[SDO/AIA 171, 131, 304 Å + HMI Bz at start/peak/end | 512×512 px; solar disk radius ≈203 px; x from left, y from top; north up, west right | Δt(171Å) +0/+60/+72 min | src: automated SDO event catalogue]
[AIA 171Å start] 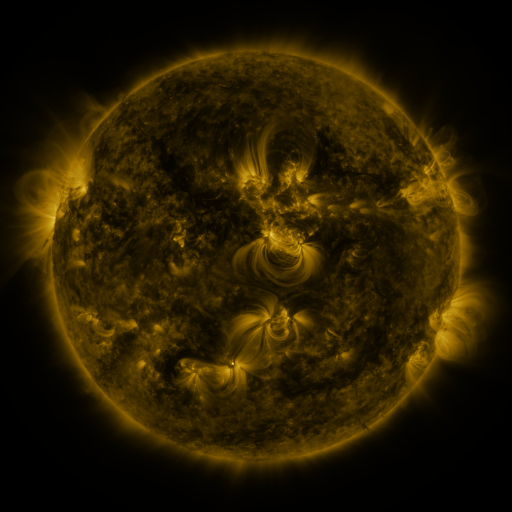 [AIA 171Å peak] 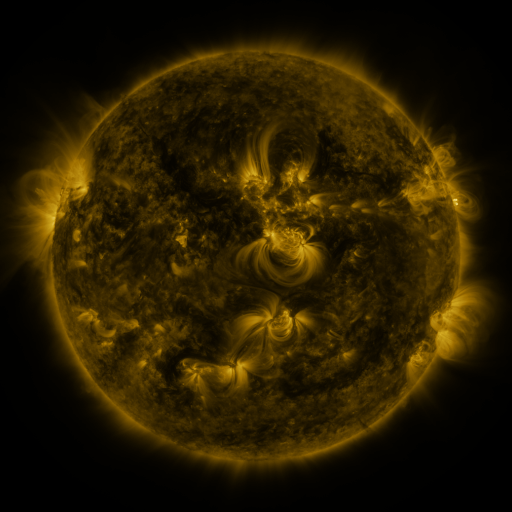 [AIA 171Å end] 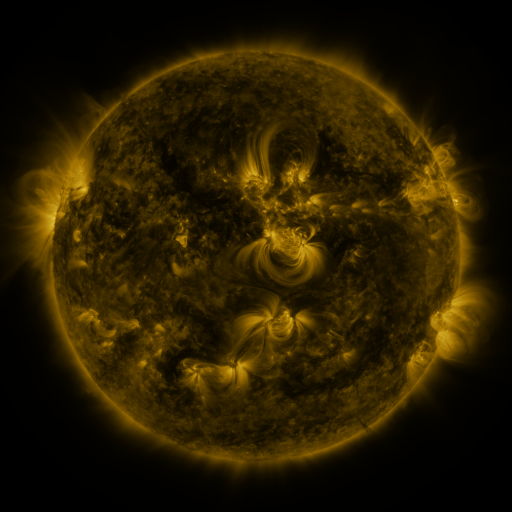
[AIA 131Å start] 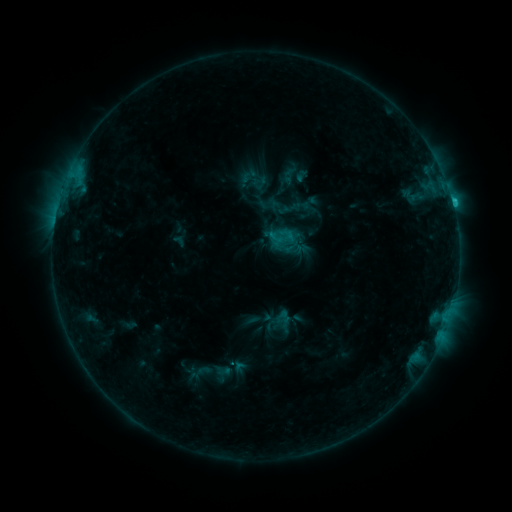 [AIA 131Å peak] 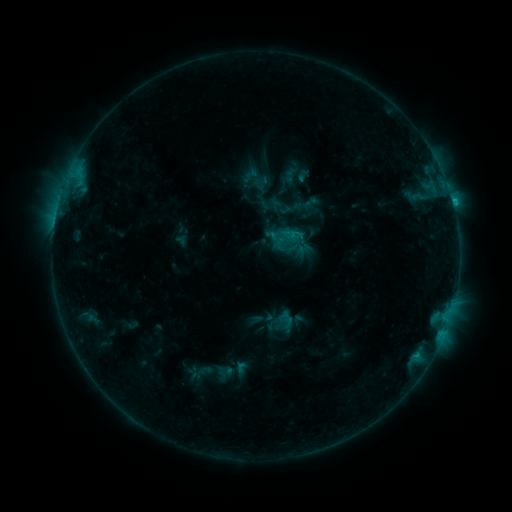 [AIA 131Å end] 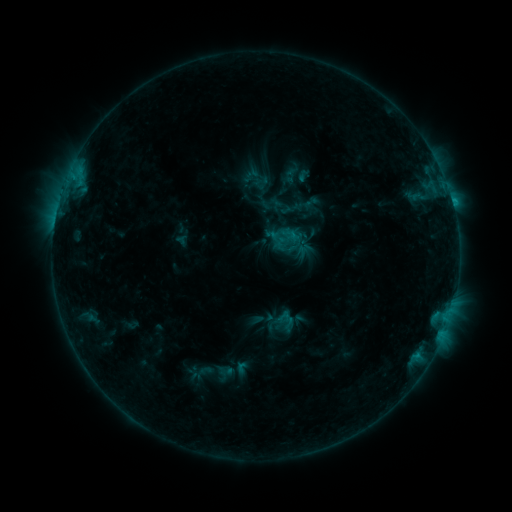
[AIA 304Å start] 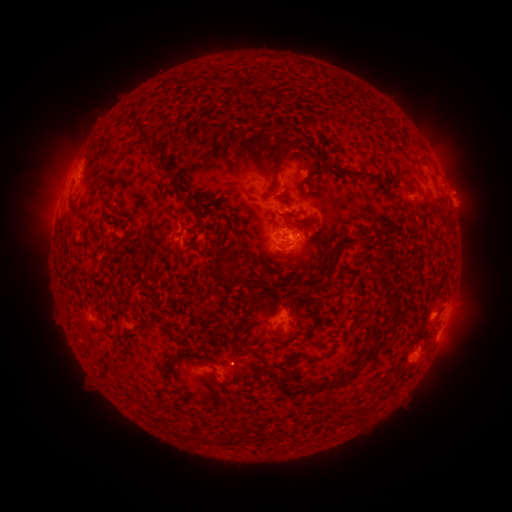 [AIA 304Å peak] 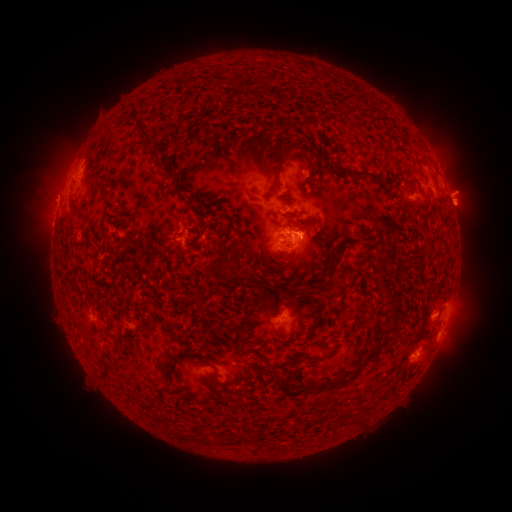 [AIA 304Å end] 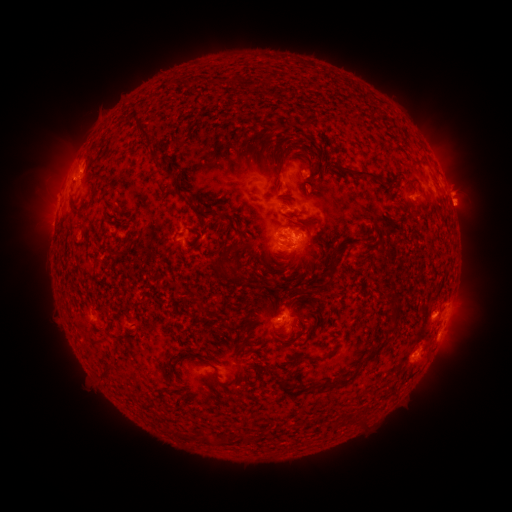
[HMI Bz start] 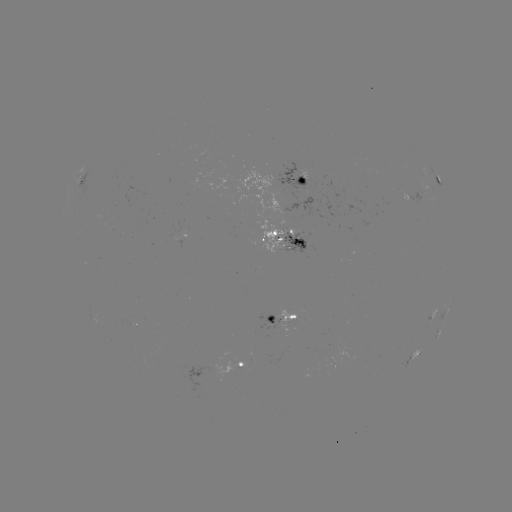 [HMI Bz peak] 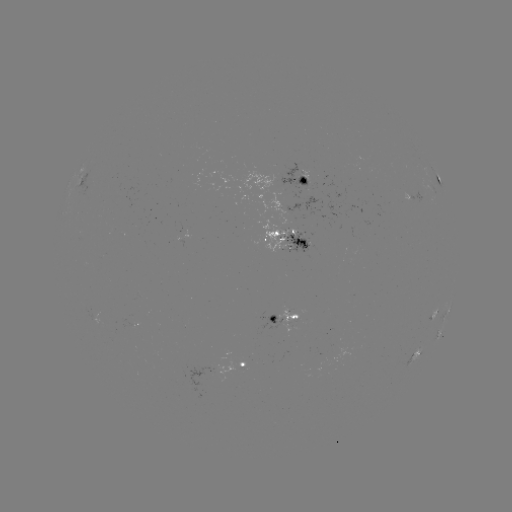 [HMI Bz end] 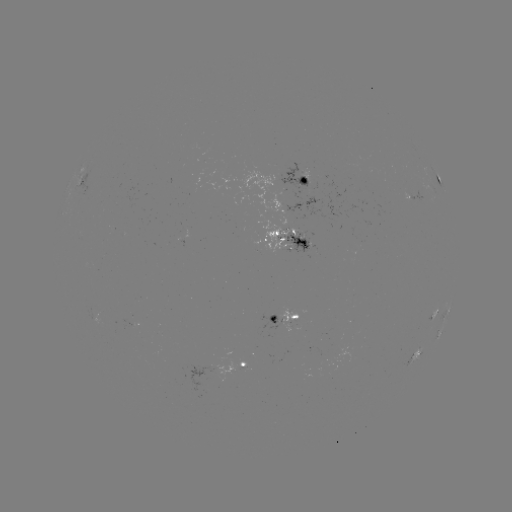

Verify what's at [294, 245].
emerging-flux region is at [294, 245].